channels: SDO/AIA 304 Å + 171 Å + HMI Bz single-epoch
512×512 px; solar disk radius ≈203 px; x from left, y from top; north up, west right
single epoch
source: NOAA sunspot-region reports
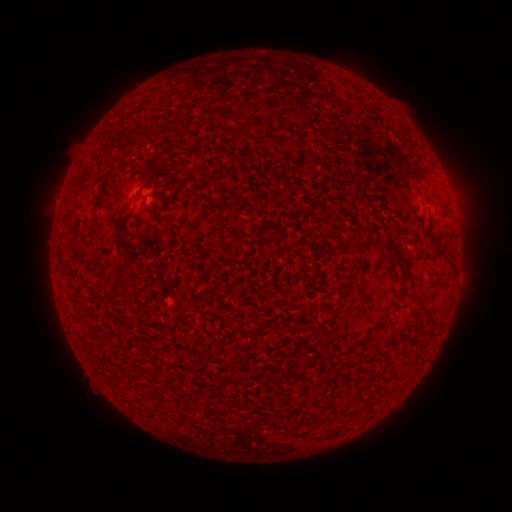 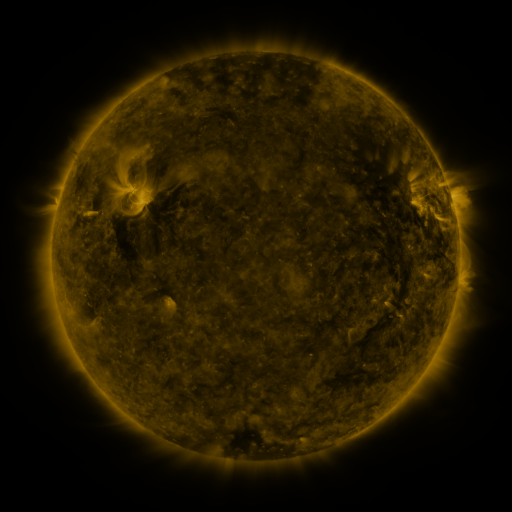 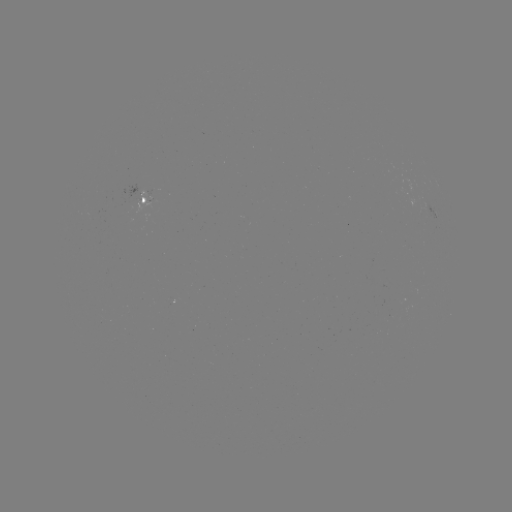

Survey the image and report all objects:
spotted active region: (144, 198)
spotted active region: (435, 213)
